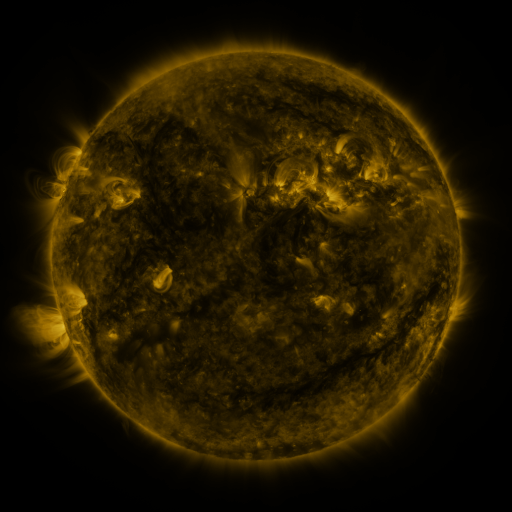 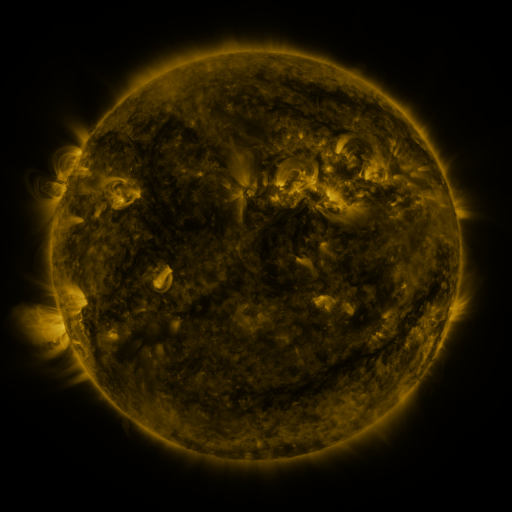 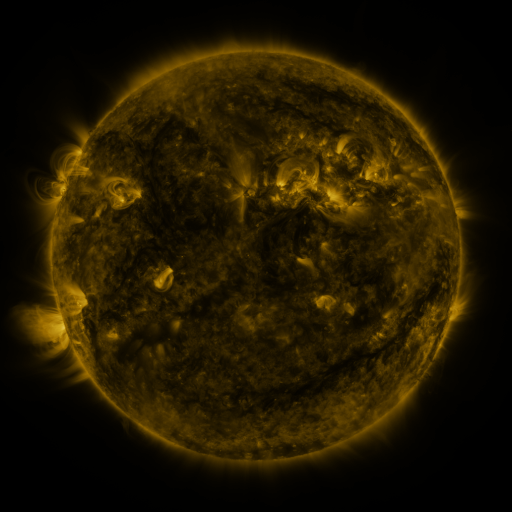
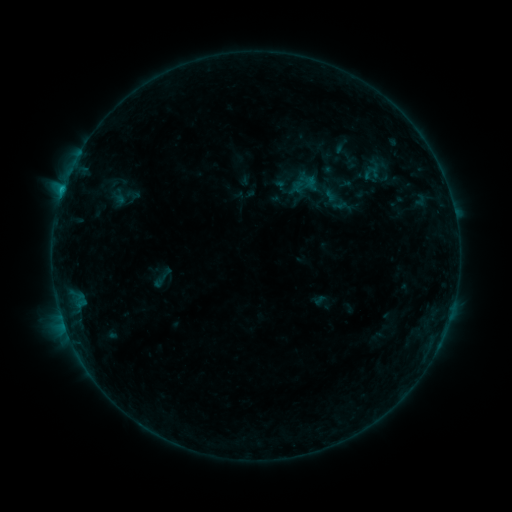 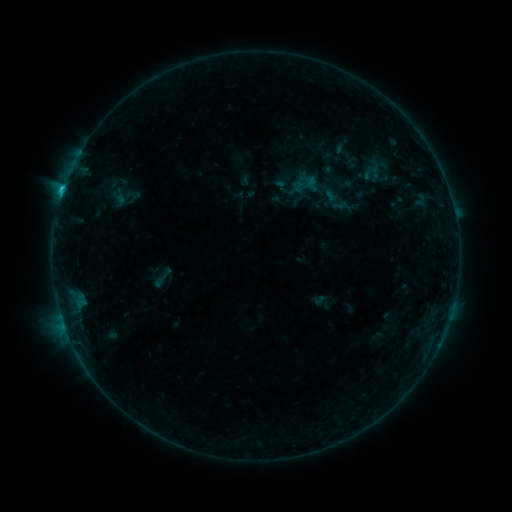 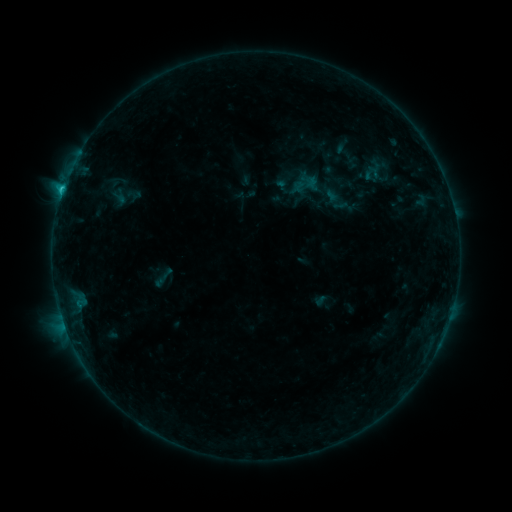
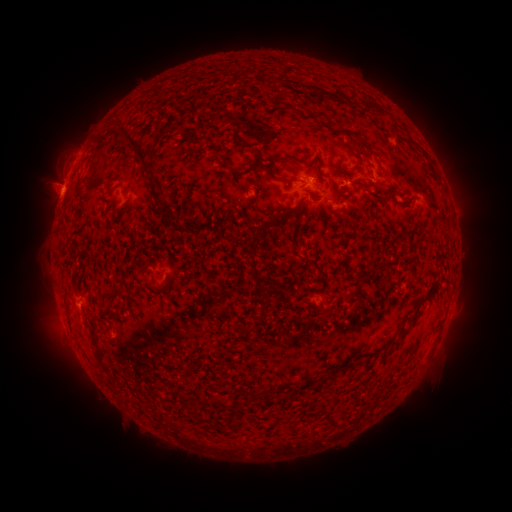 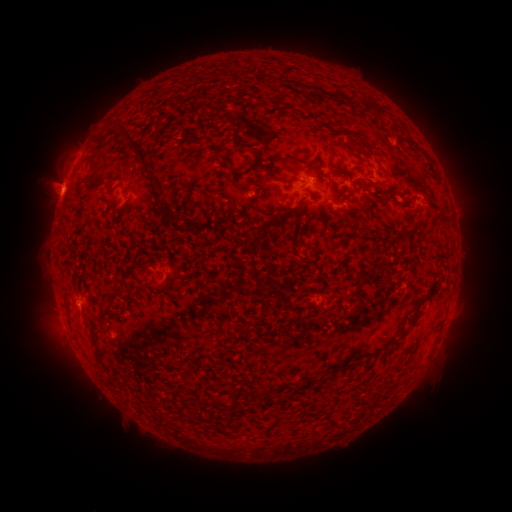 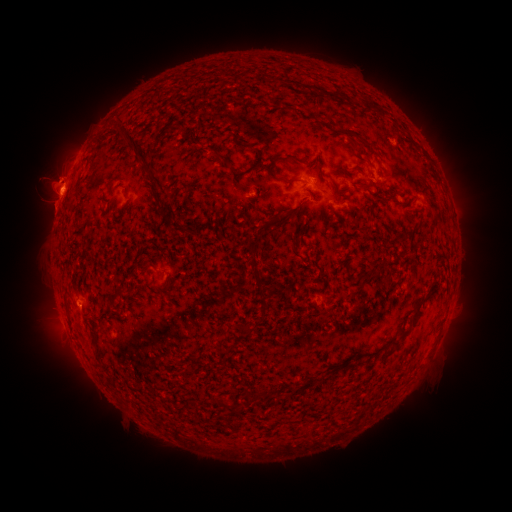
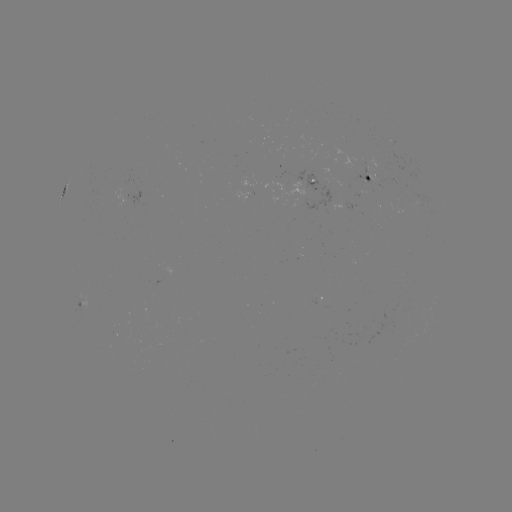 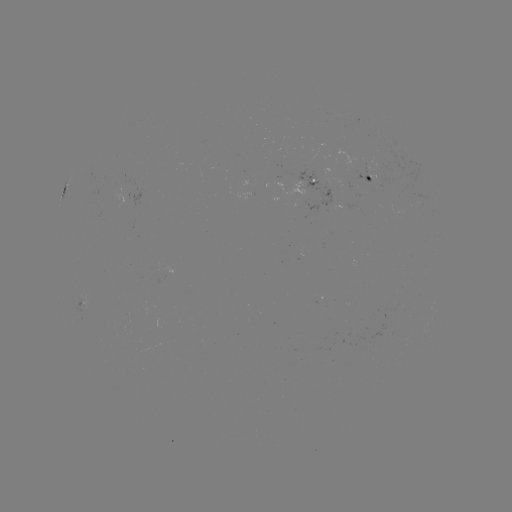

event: flare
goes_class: C1.4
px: (62, 192)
